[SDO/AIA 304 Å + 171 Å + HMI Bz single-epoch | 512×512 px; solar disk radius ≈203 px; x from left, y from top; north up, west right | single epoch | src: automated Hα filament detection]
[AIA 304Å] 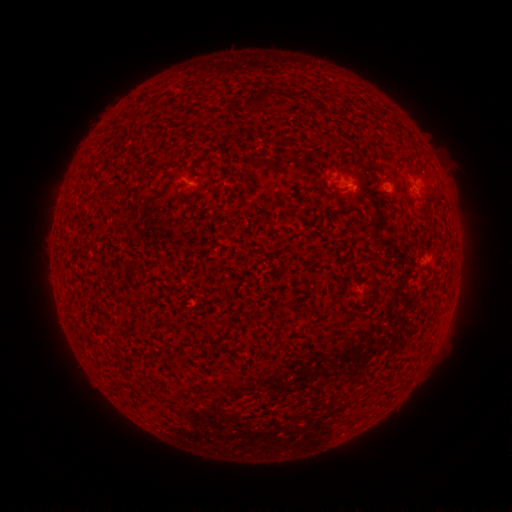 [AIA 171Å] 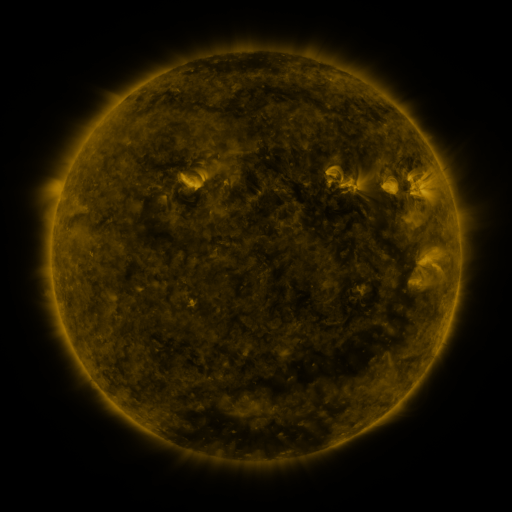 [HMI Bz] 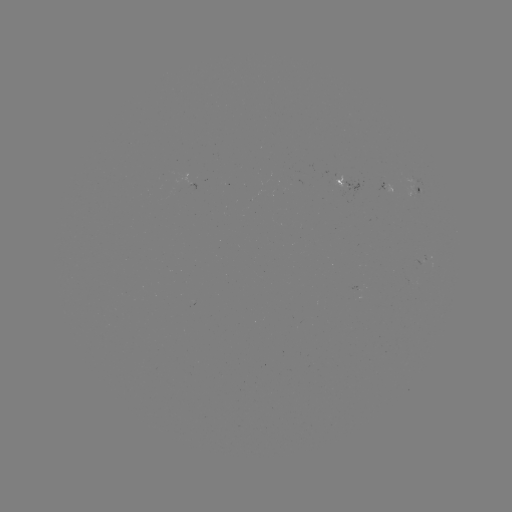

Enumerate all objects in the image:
filament: (259, 97)
filament: (260, 162)
filament: (401, 162)
filament: (373, 279)
filament: (290, 306)
filament: (331, 323)
